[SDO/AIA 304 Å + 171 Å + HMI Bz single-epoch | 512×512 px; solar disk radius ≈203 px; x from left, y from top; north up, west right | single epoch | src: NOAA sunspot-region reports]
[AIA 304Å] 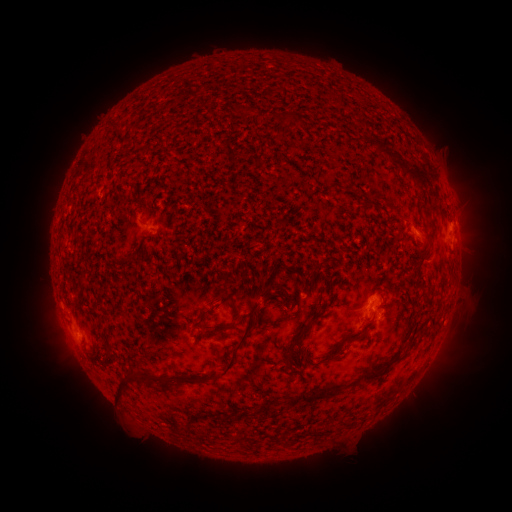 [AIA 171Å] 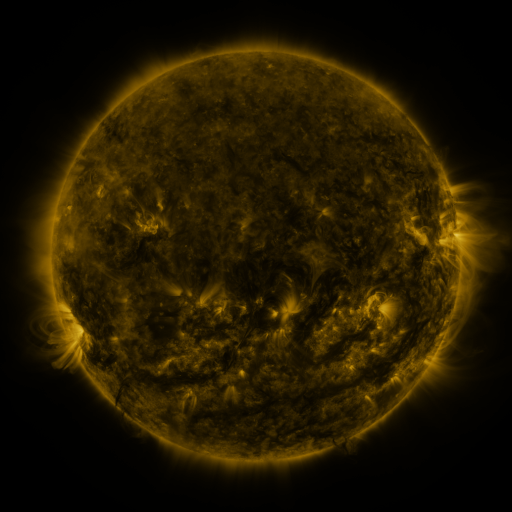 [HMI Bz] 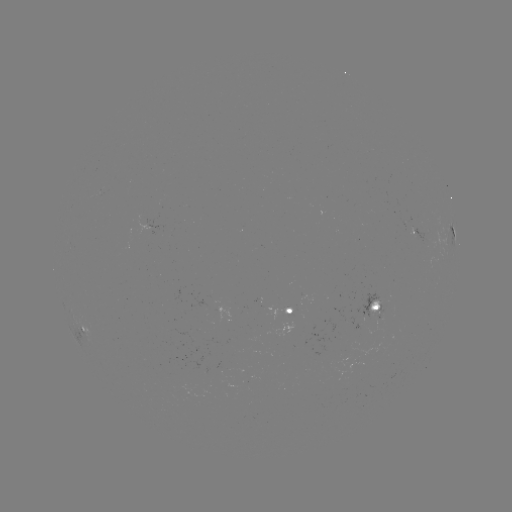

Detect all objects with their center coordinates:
spotted active region: (418, 233)
spotted active region: (454, 241)
spotted active region: (217, 306)
spotted active region: (376, 307)
spotted active region: (290, 310)
spotted active region: (79, 321)
